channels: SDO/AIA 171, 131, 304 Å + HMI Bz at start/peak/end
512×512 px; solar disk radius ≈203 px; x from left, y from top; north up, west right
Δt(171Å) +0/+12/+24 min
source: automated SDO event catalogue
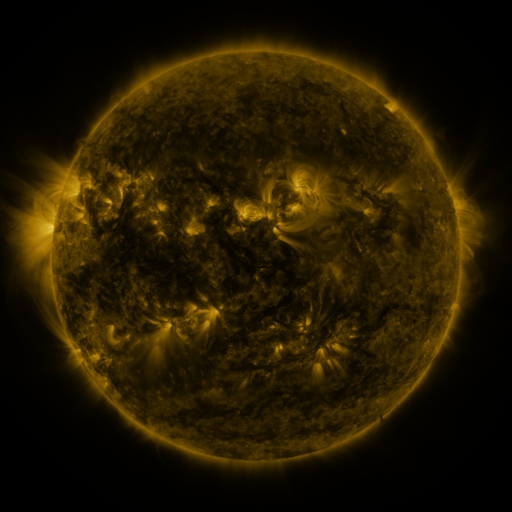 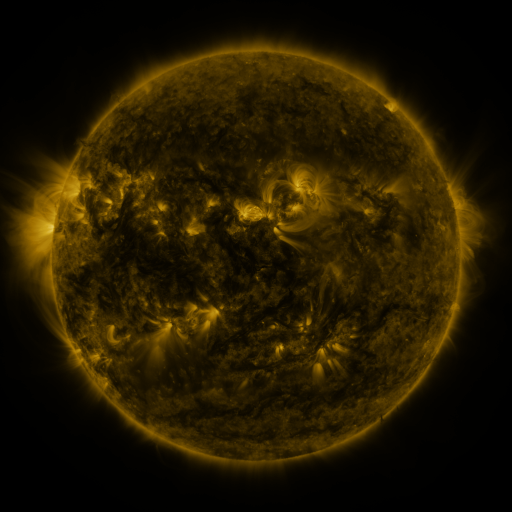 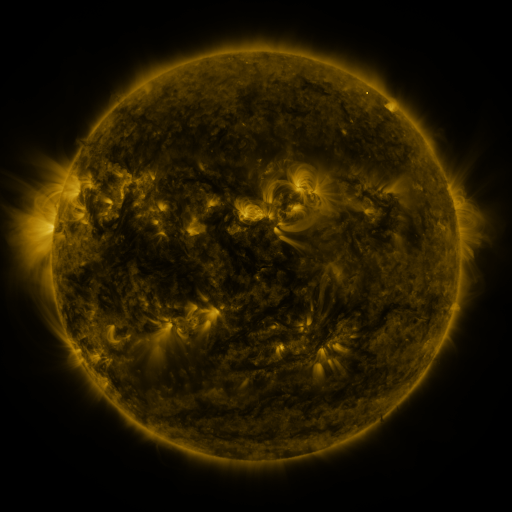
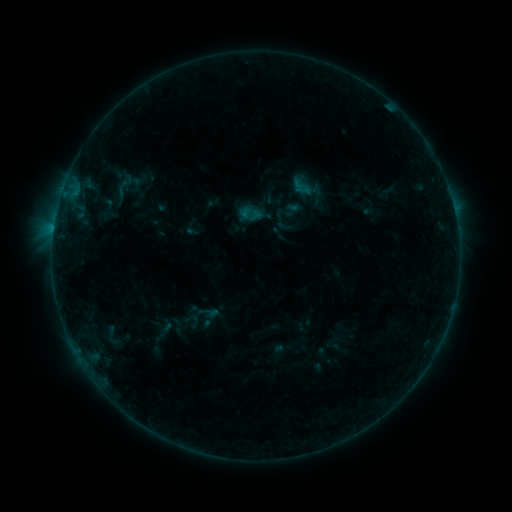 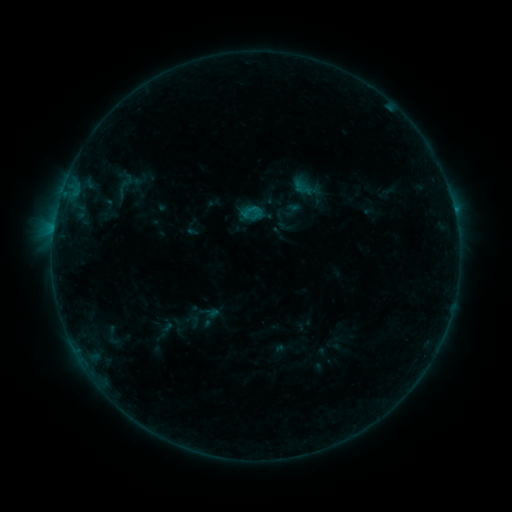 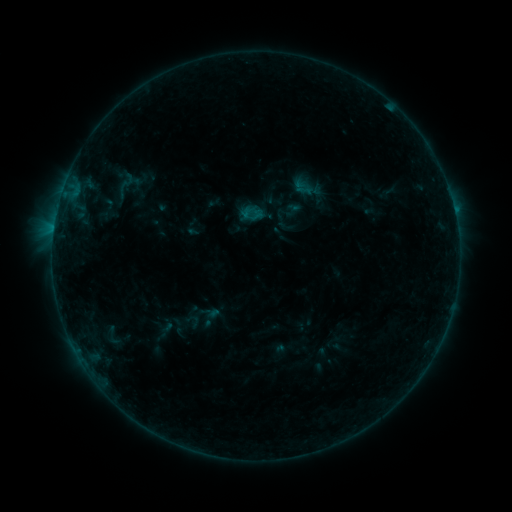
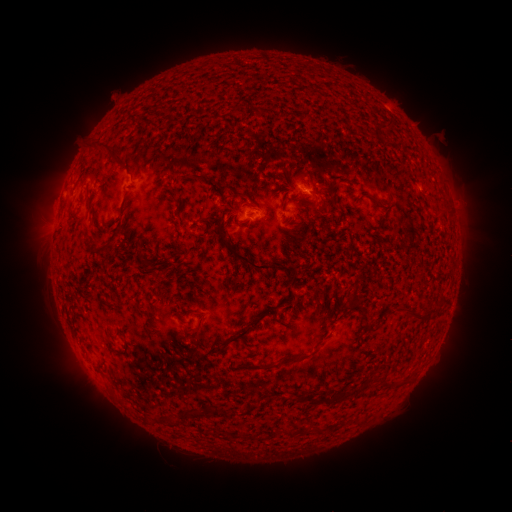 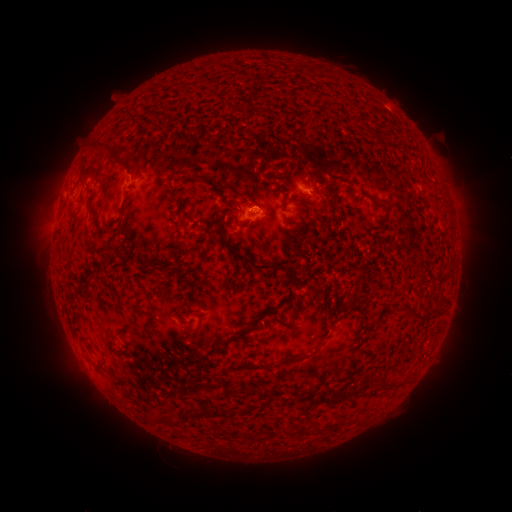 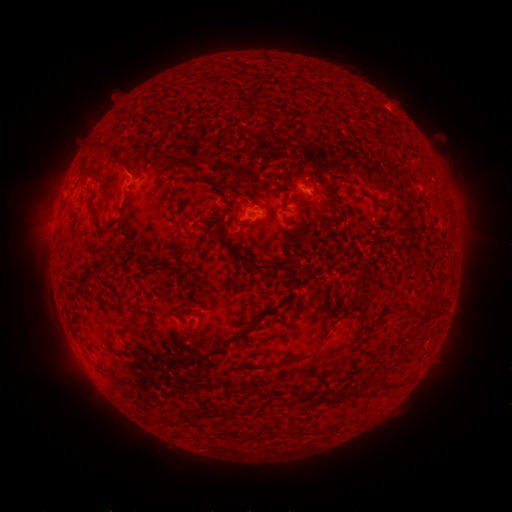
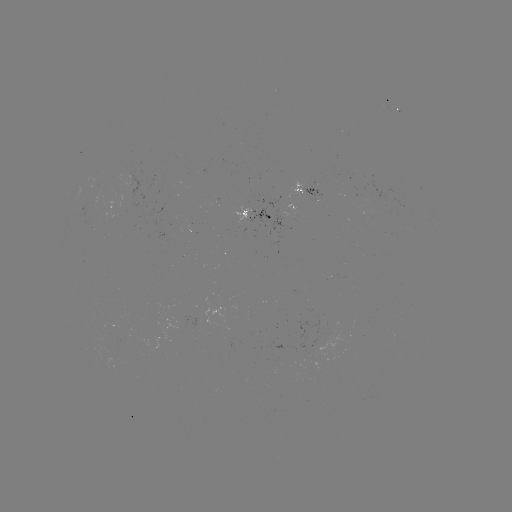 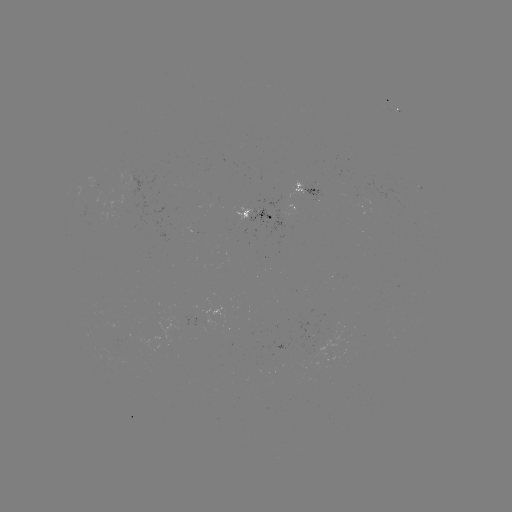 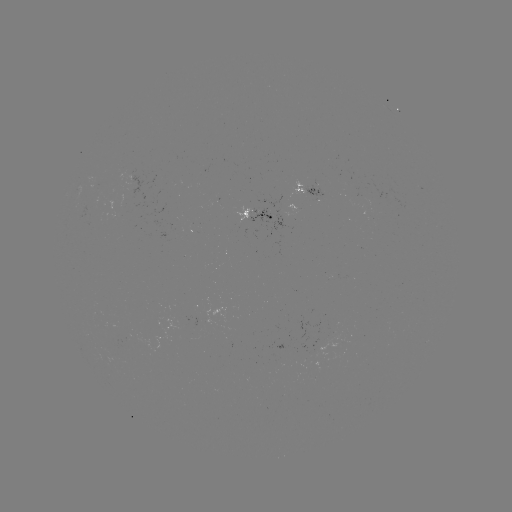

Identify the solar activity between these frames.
B3.8 flare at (454, 213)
